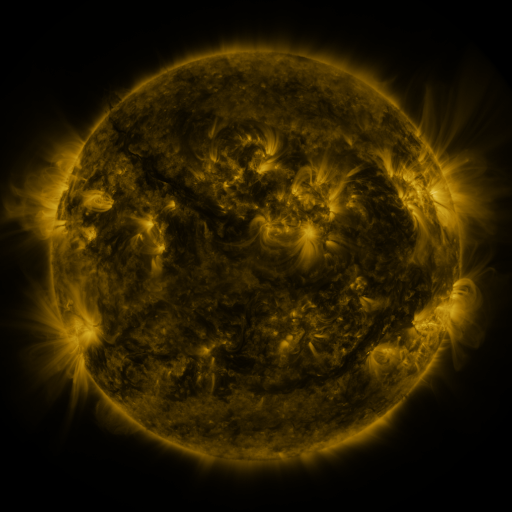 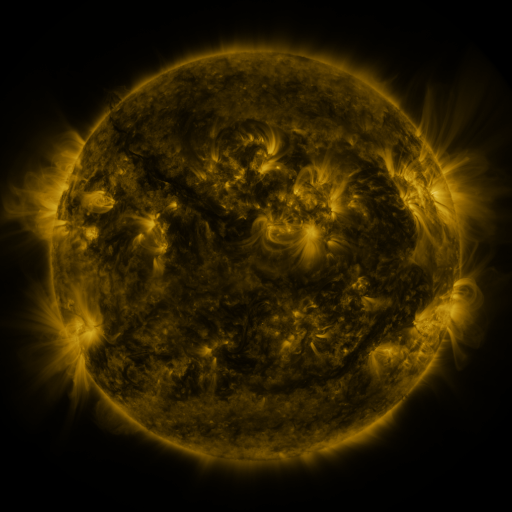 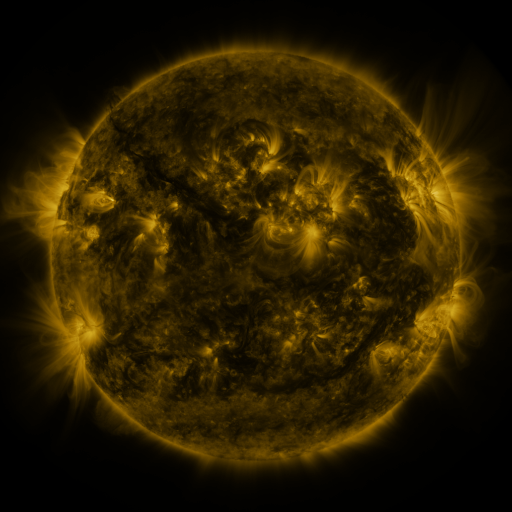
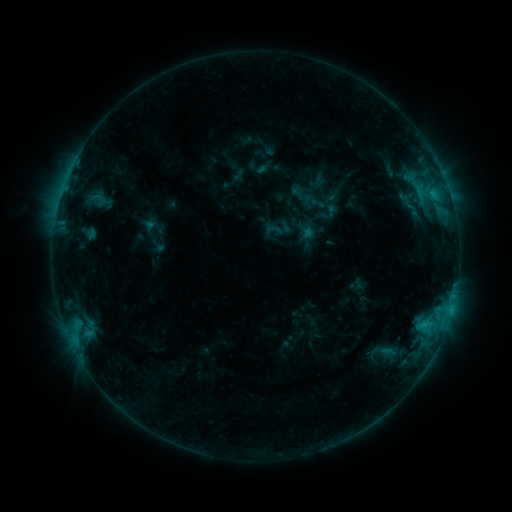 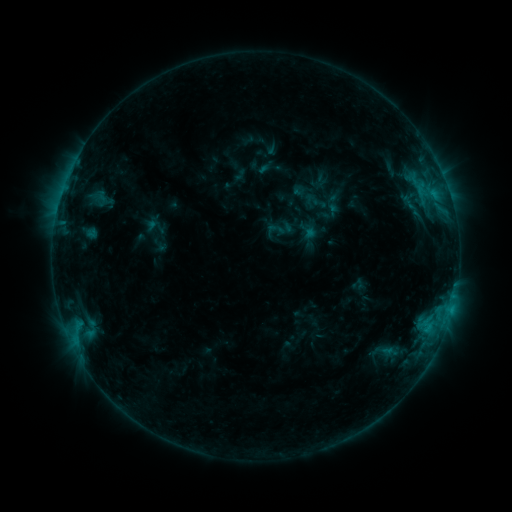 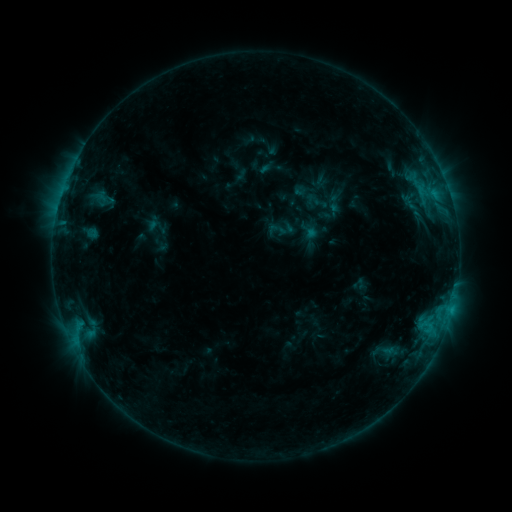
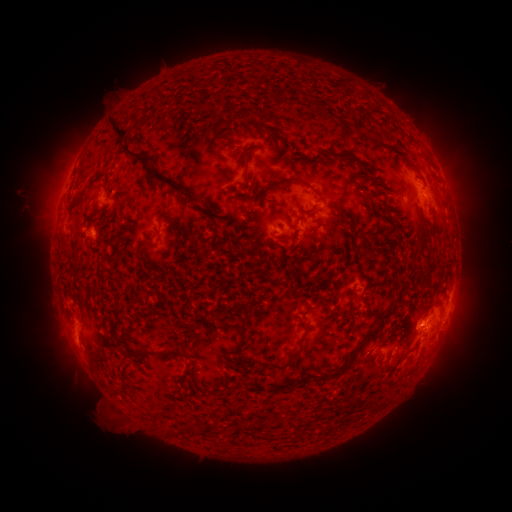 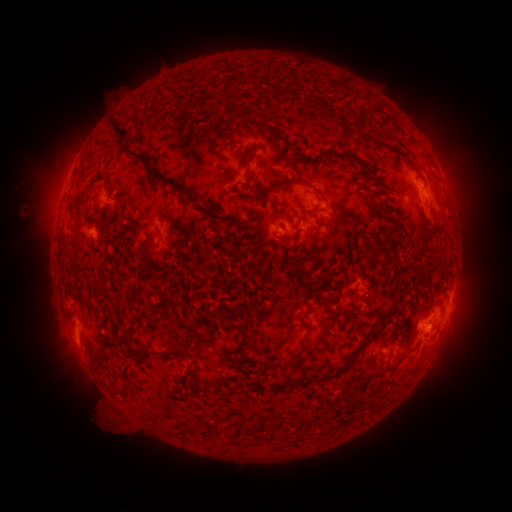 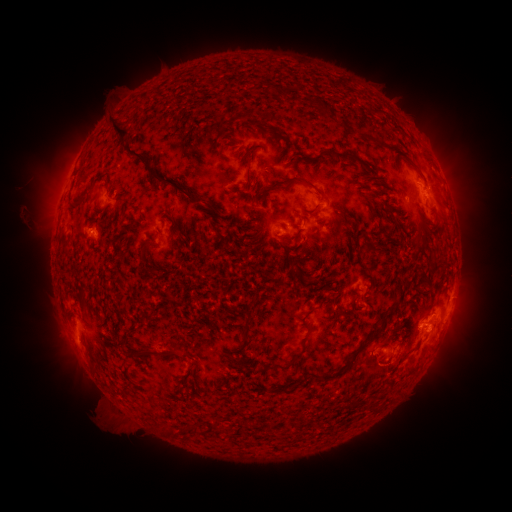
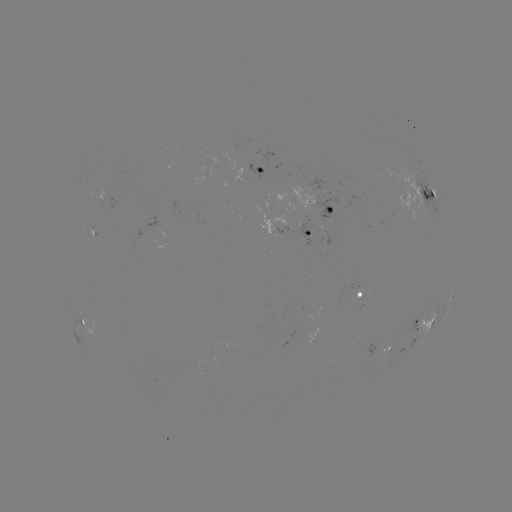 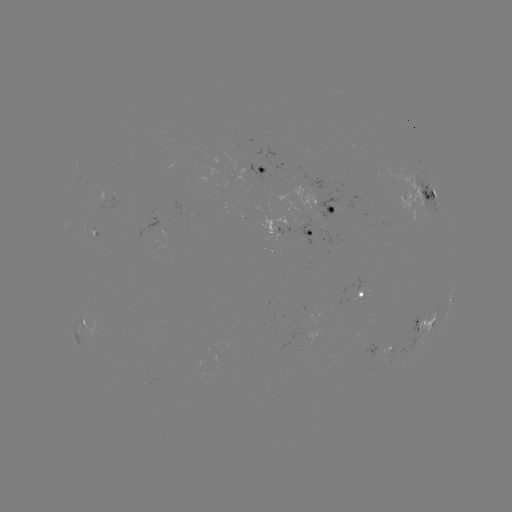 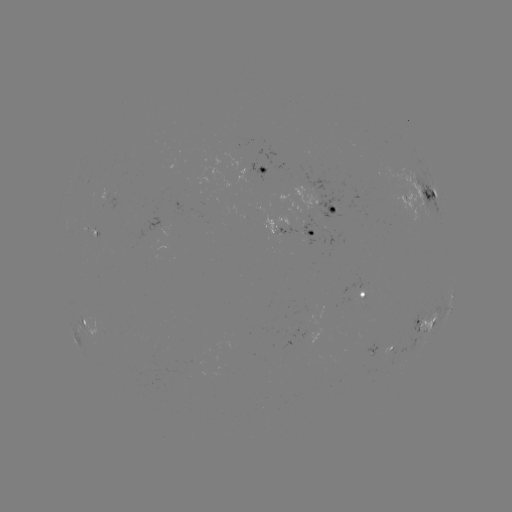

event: emerging-flux region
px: (261, 169)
